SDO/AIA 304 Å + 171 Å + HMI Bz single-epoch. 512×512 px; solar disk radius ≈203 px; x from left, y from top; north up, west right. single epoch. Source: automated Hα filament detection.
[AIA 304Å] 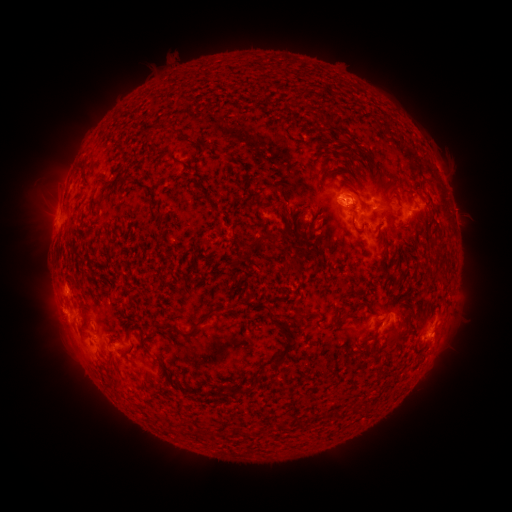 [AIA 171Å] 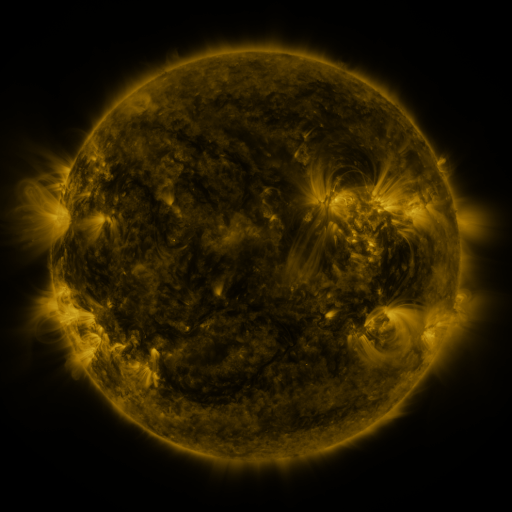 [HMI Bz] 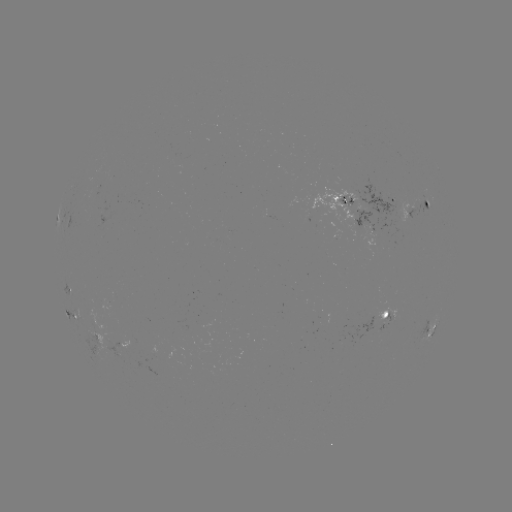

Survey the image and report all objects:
filament: (174, 132)
filament: (391, 190)
filament: (363, 204)
filament: (263, 208)
filament: (284, 211)
filament: (352, 220)
filament: (271, 237)
filament: (246, 304)
filament: (372, 309)
filament: (304, 315)
filament: (342, 318)
filament: (200, 323)
filament: (374, 336)
filament: (287, 349)
filament: (126, 354)
filament: (246, 391)
filament: (228, 395)
filament: (338, 412)
filament: (213, 433)
filament: (249, 433)
